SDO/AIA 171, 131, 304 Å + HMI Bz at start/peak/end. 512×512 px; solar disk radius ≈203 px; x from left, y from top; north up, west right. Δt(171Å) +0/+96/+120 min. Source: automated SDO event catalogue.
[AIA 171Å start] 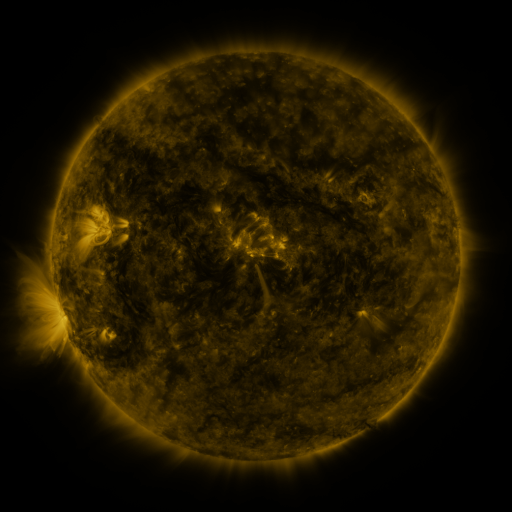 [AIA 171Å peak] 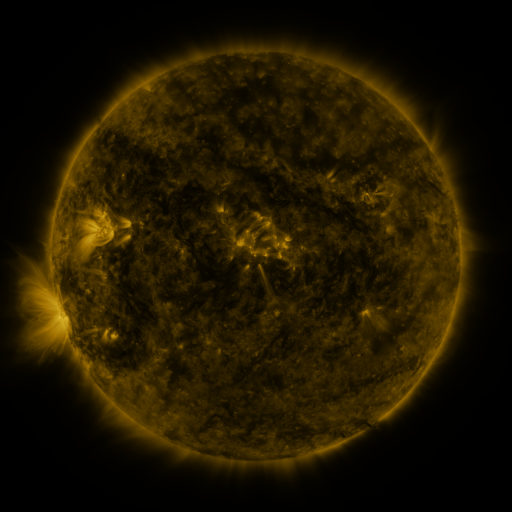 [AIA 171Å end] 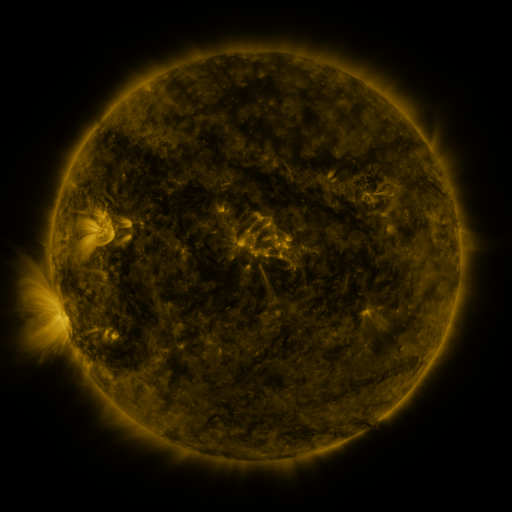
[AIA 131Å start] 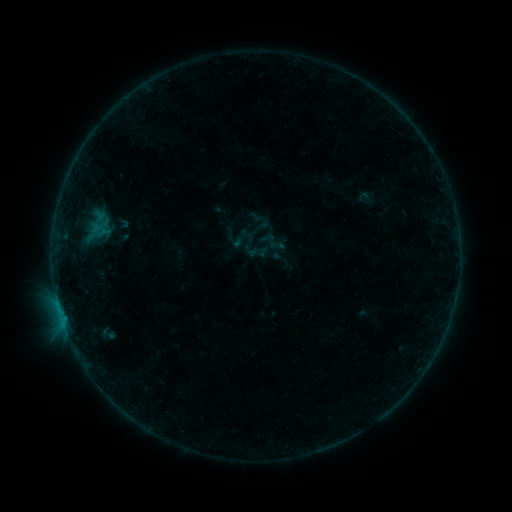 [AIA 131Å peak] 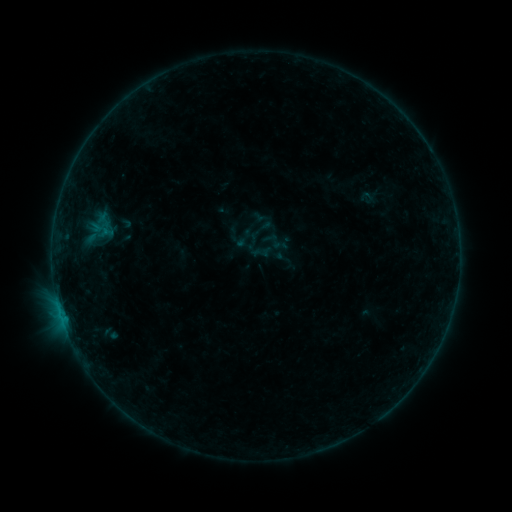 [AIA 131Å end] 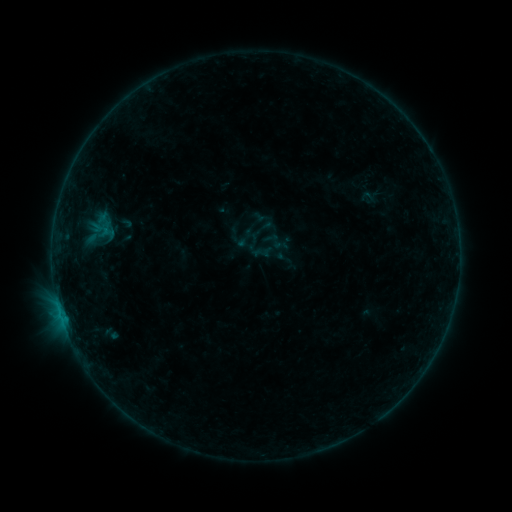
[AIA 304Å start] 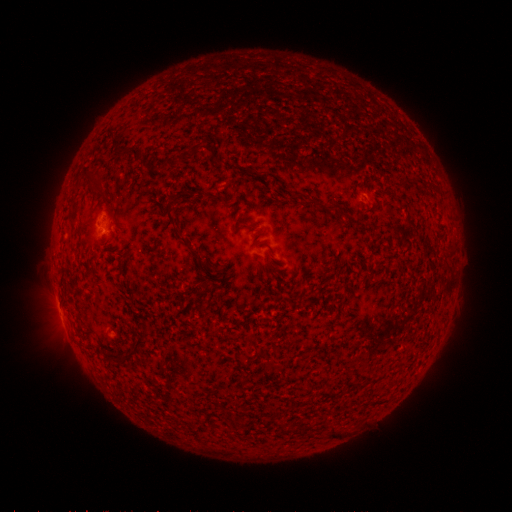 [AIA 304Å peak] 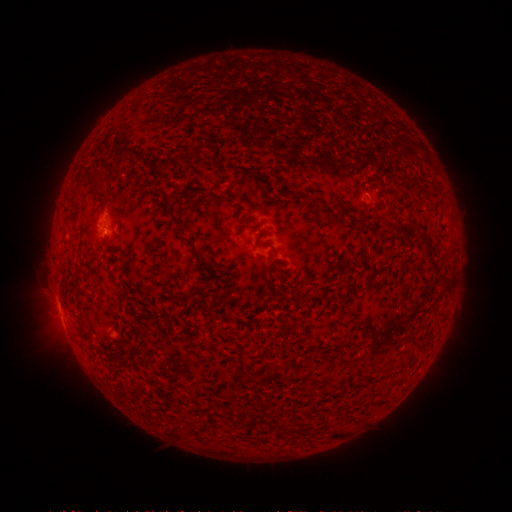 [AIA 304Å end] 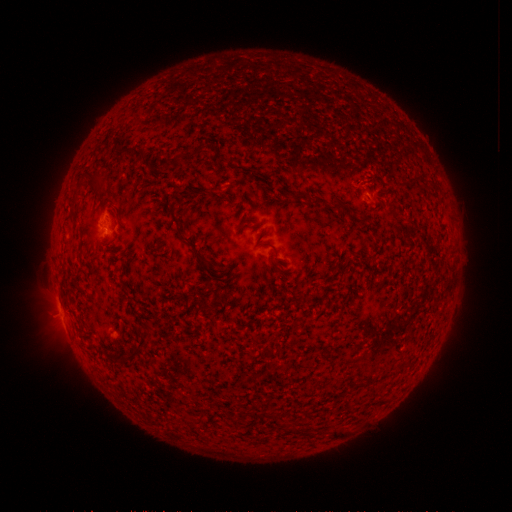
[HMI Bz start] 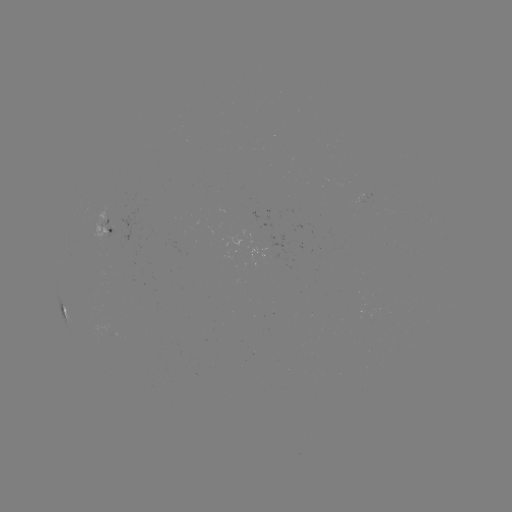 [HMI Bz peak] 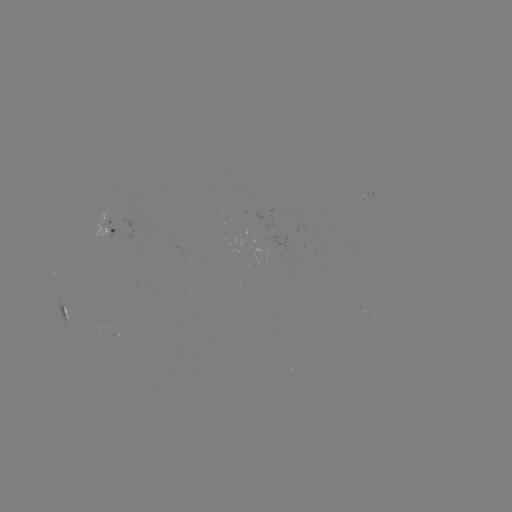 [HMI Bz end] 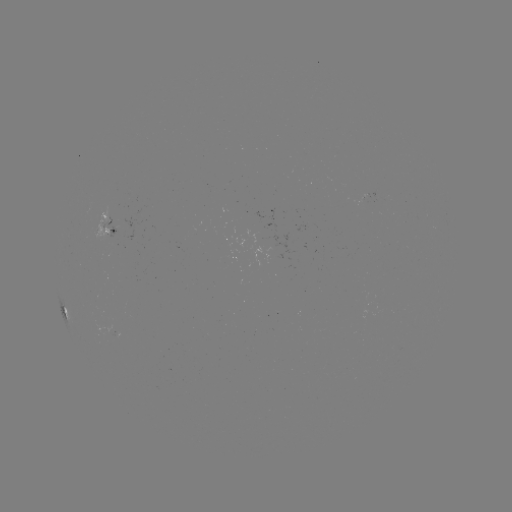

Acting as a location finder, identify emerging-flux region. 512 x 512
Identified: [108, 330].